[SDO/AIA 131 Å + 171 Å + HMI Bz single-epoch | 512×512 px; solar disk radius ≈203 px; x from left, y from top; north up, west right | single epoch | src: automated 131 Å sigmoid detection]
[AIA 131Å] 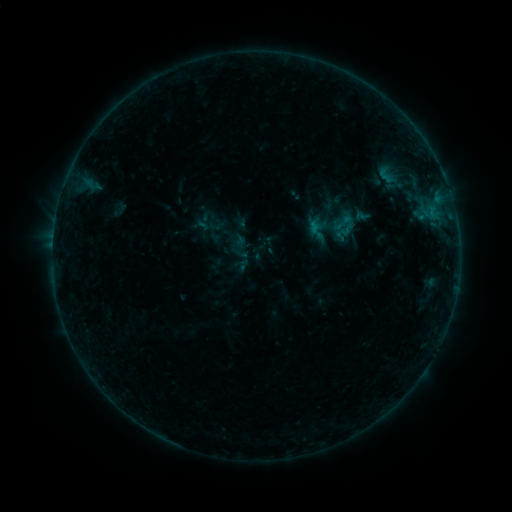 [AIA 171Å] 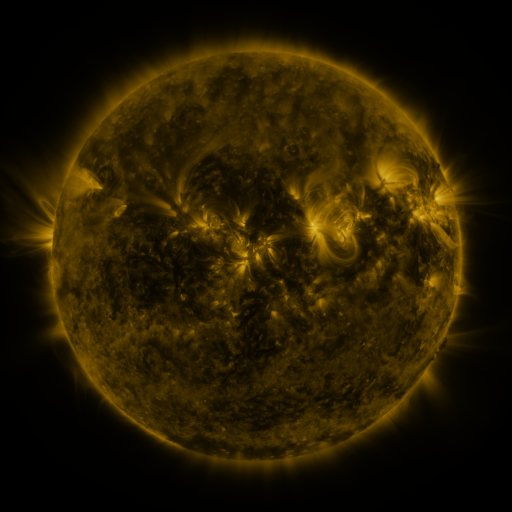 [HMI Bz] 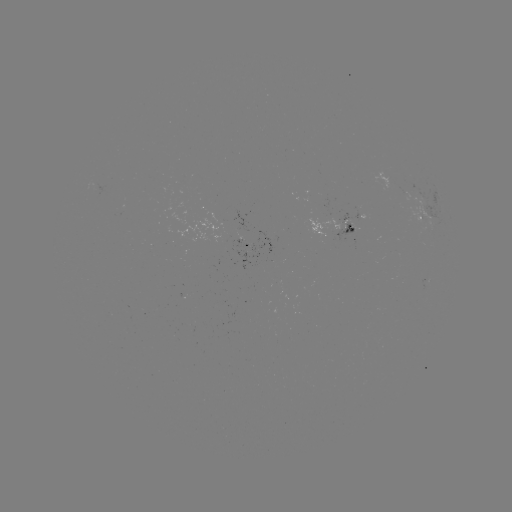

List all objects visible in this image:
sigmoid: (386, 175)
sigmoid: (347, 223)
